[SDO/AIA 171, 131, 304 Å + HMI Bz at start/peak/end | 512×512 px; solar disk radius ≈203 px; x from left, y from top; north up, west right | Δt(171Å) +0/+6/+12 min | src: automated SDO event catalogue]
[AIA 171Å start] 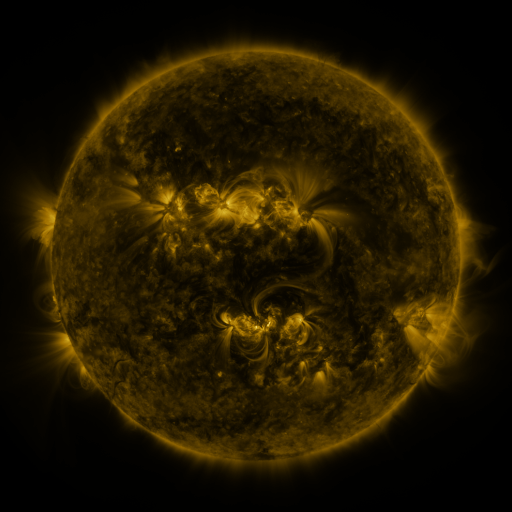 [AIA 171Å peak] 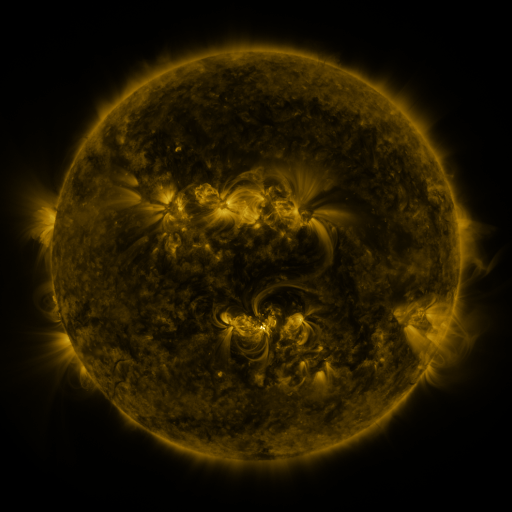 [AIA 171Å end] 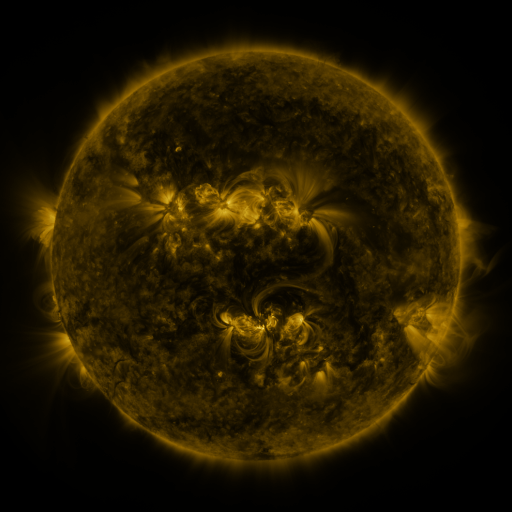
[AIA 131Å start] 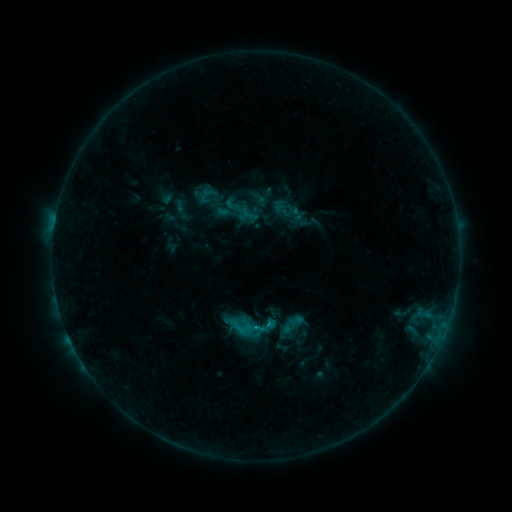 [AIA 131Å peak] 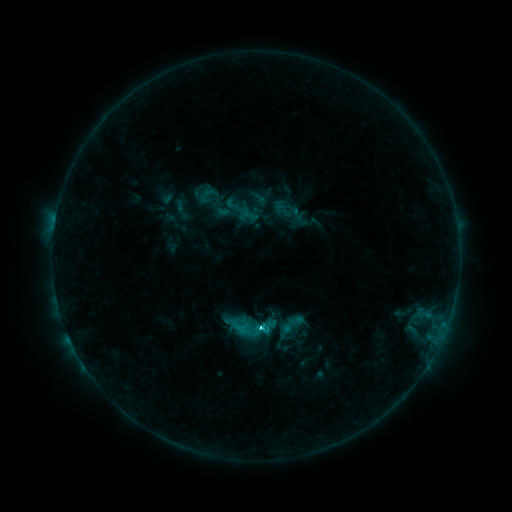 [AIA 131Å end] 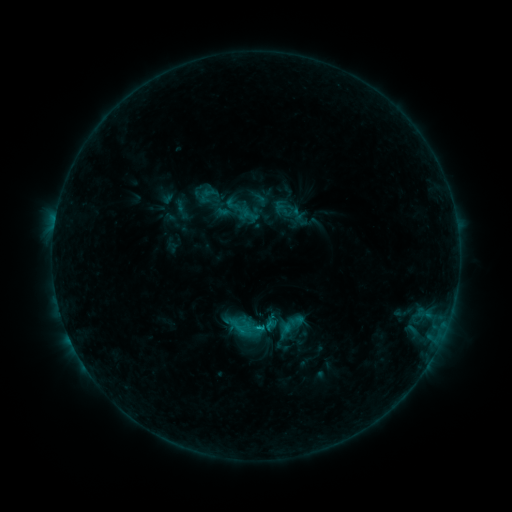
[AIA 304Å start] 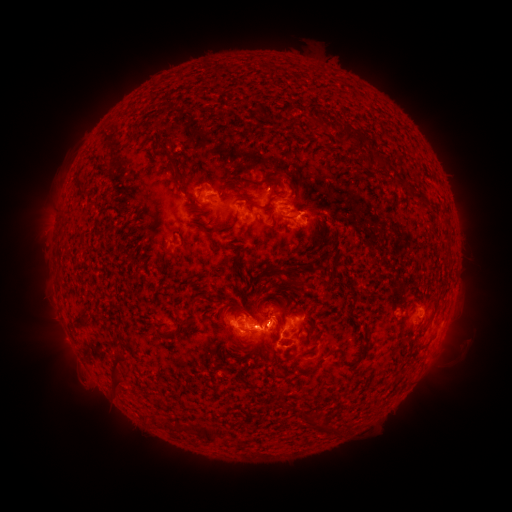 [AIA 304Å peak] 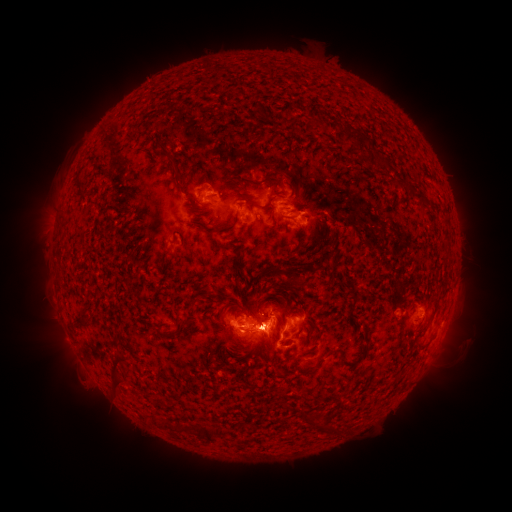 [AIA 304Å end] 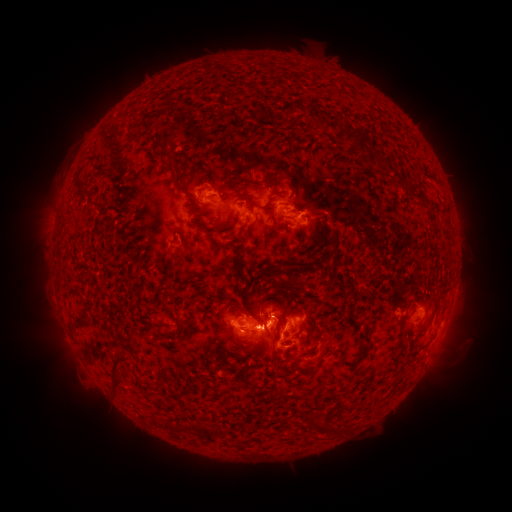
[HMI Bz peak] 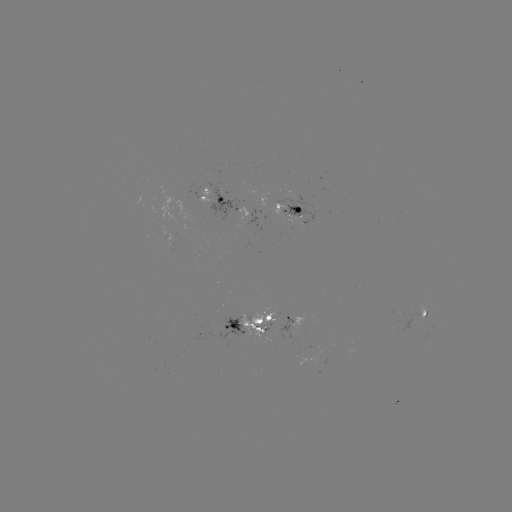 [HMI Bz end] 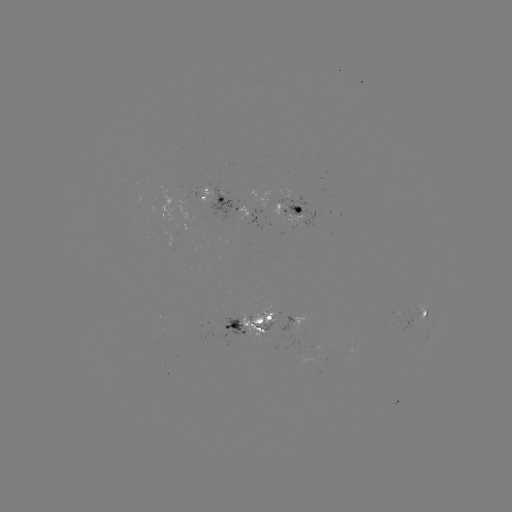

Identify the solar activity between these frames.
C2.7 flare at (262, 326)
